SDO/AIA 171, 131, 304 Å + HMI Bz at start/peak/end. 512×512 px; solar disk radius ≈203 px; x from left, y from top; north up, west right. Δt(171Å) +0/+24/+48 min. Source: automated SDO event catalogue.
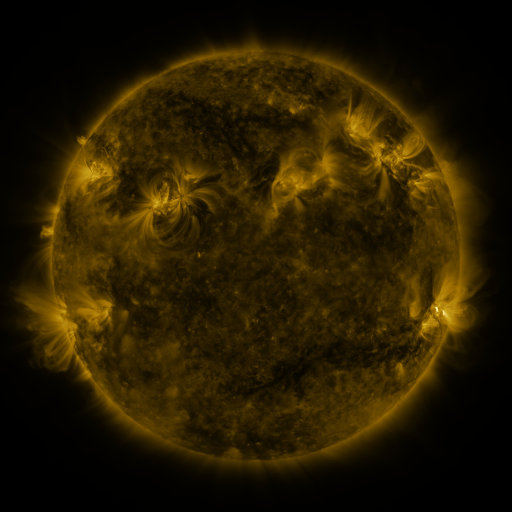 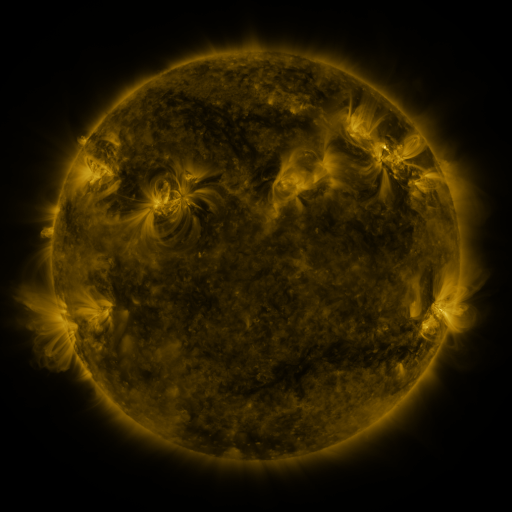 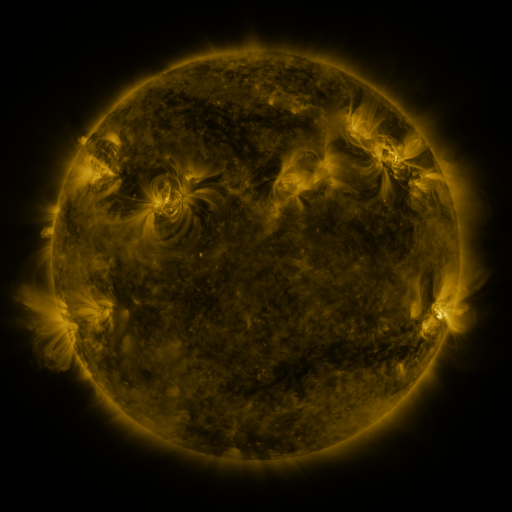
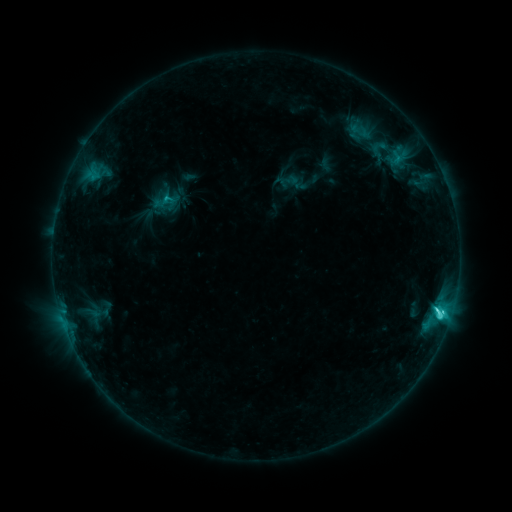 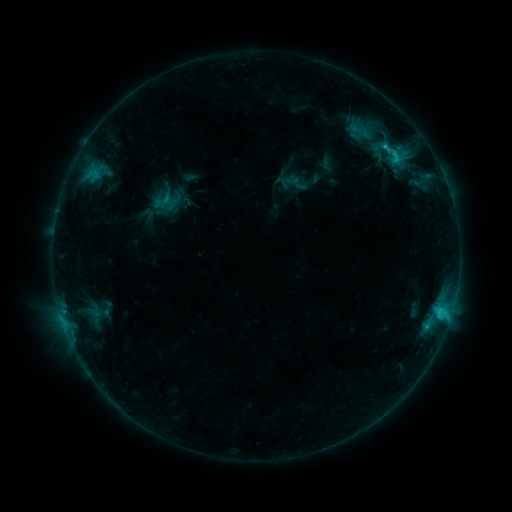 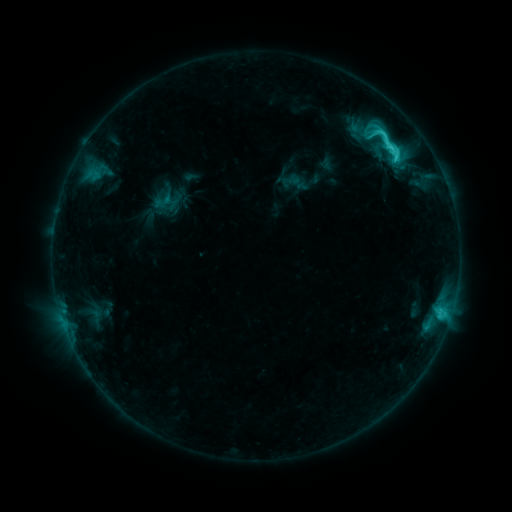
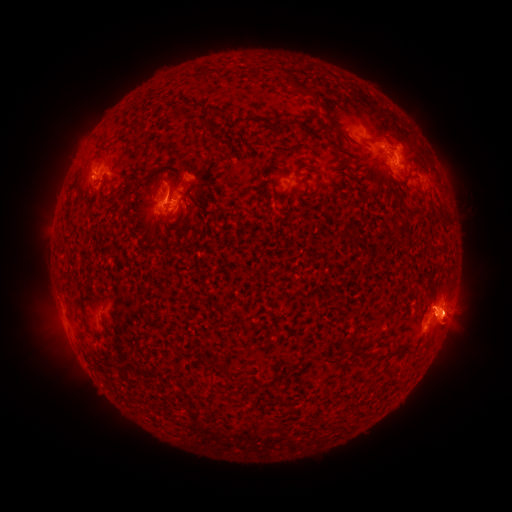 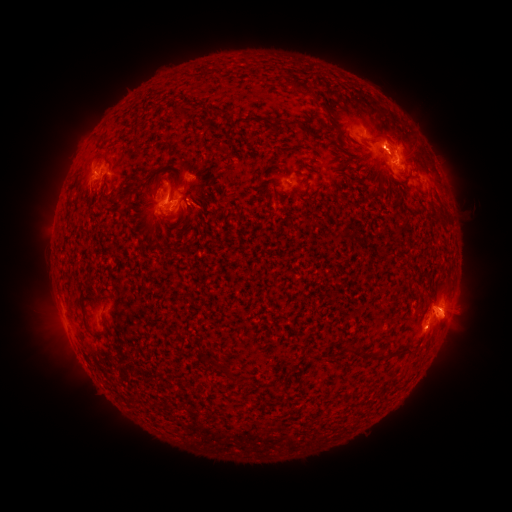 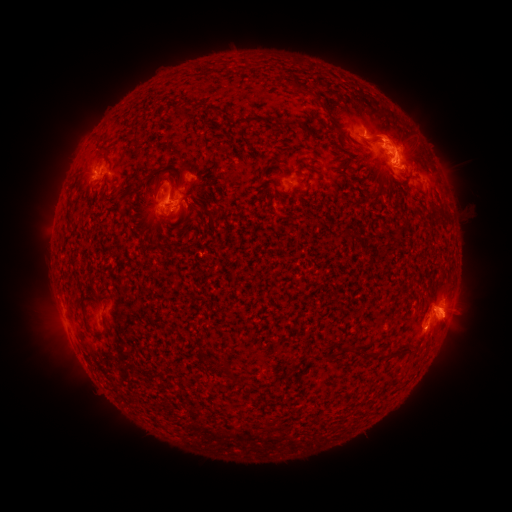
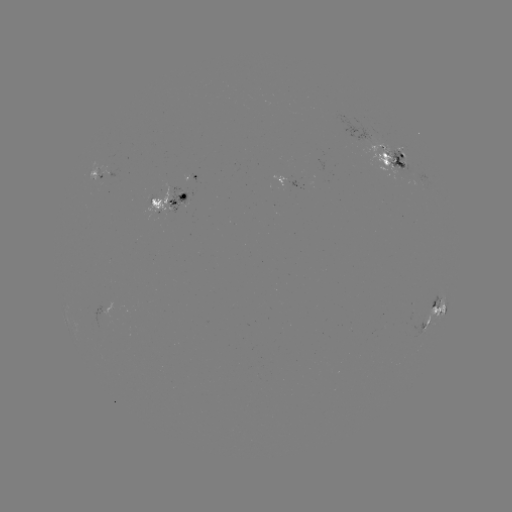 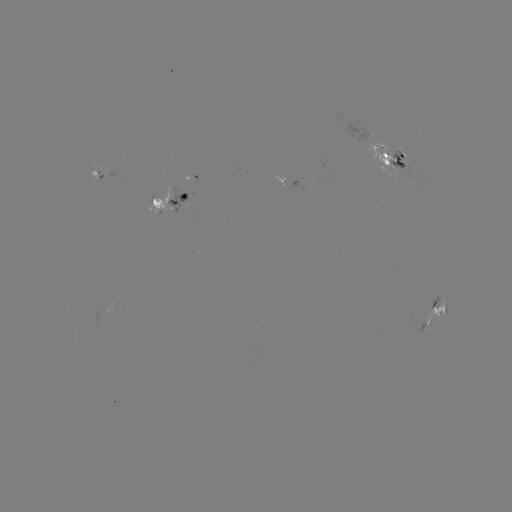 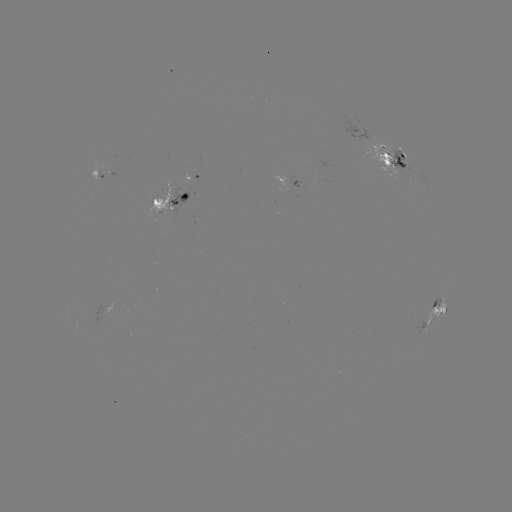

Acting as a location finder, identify emerging-flux region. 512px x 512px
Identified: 397,160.